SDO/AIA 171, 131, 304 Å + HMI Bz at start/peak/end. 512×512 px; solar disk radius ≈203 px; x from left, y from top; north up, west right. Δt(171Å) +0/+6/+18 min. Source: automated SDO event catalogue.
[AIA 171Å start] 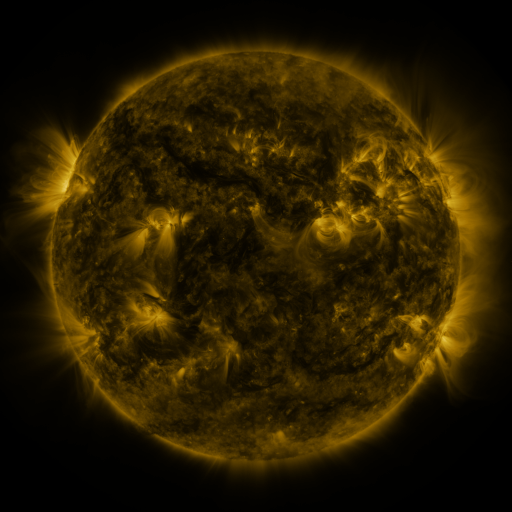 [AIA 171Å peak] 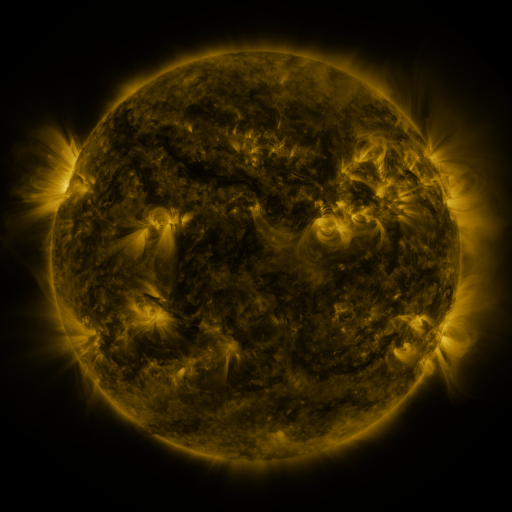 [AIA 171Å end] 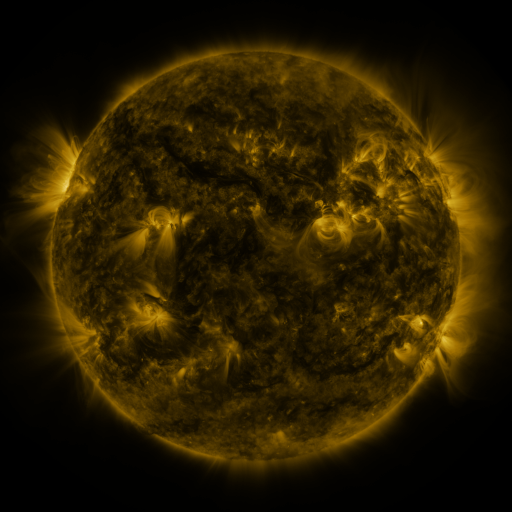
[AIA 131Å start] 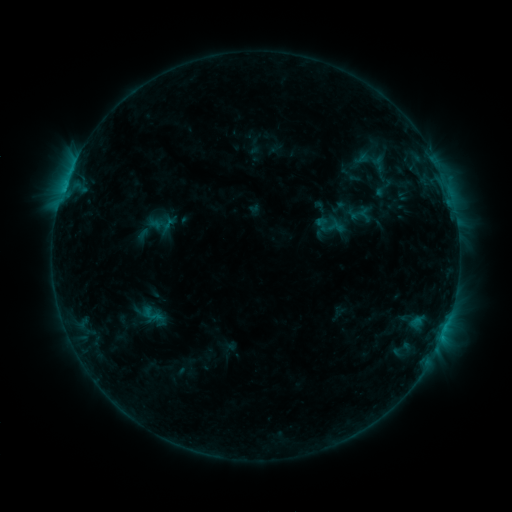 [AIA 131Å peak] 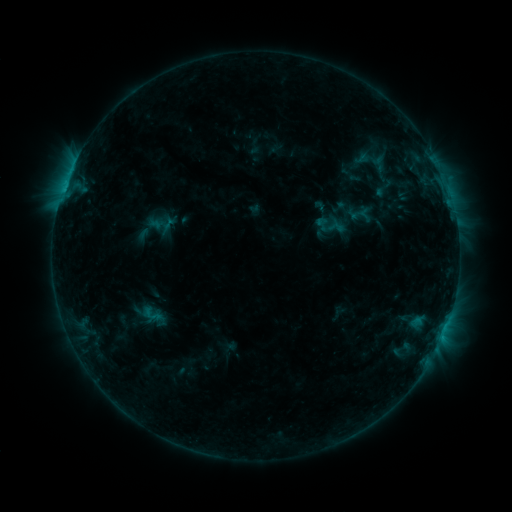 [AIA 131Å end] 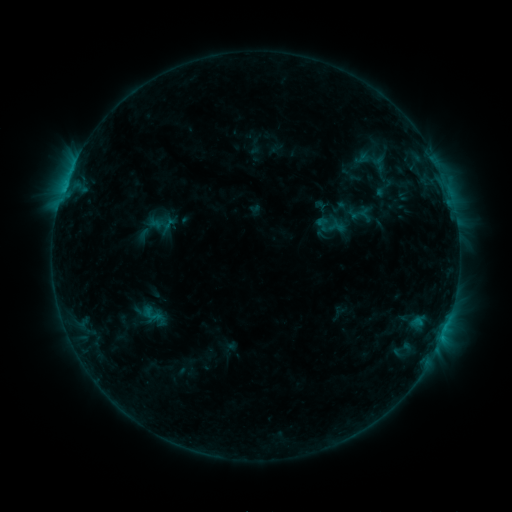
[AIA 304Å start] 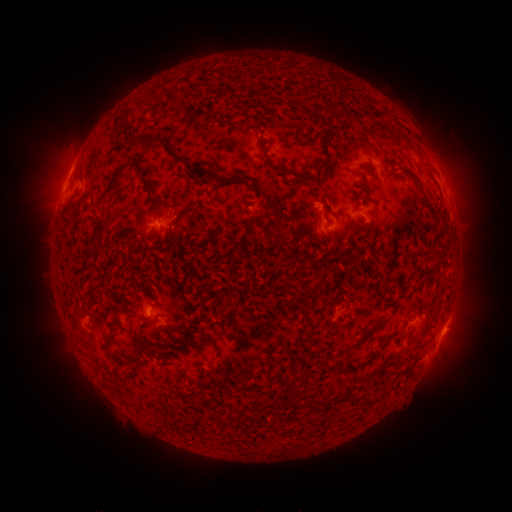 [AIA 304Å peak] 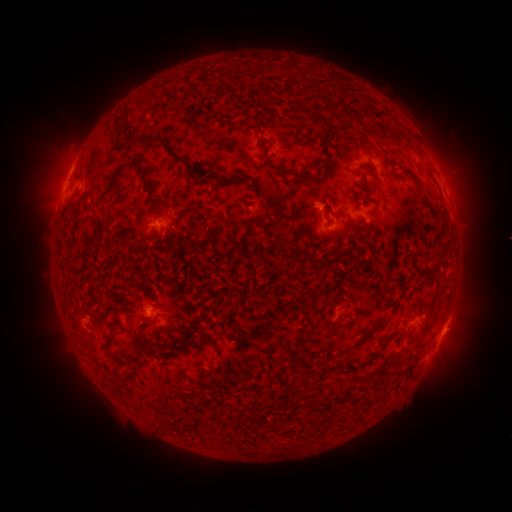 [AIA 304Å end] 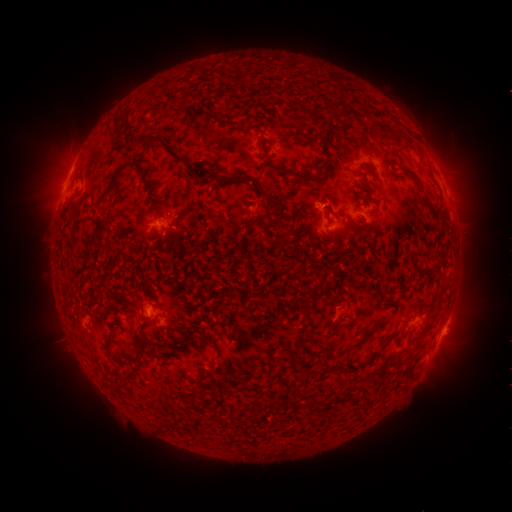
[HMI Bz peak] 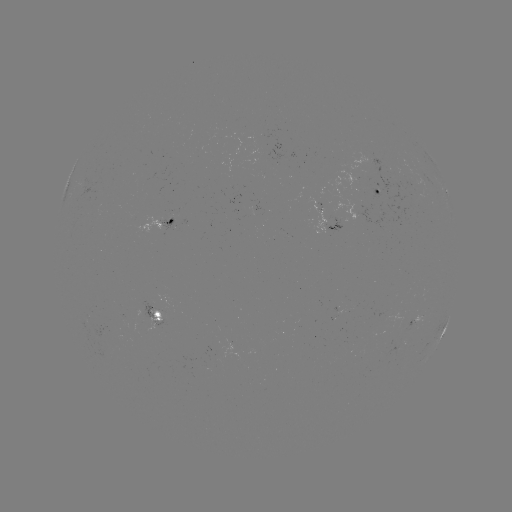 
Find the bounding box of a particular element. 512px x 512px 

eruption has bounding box [432, 132, 493, 232].